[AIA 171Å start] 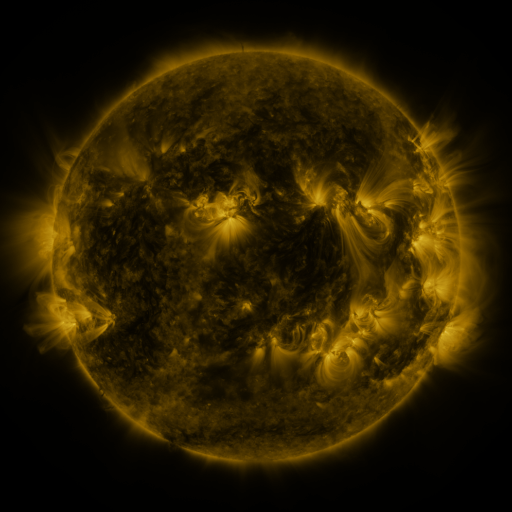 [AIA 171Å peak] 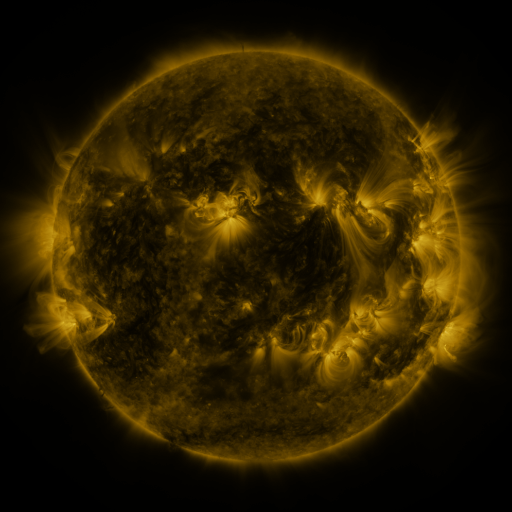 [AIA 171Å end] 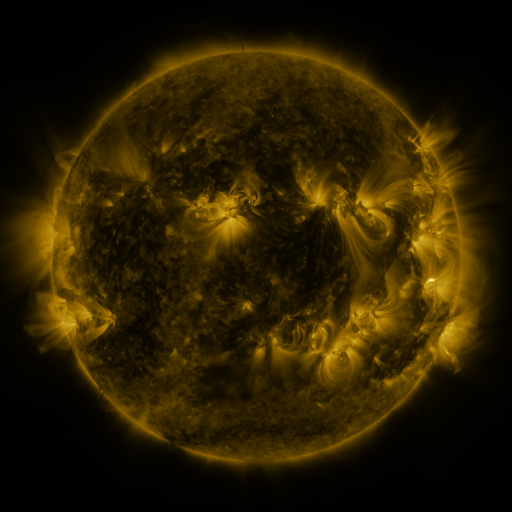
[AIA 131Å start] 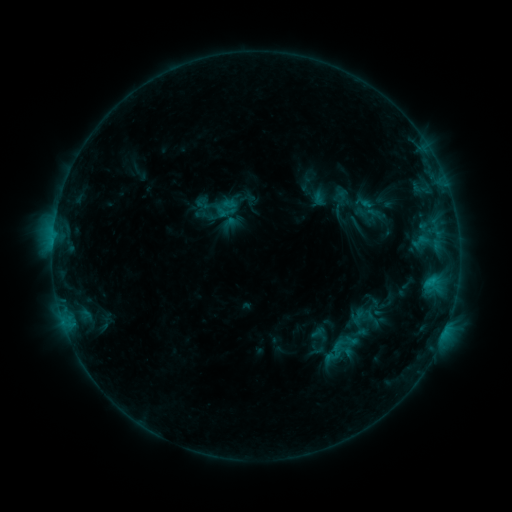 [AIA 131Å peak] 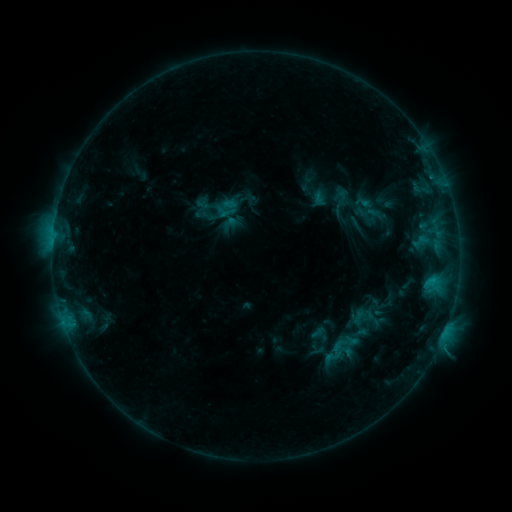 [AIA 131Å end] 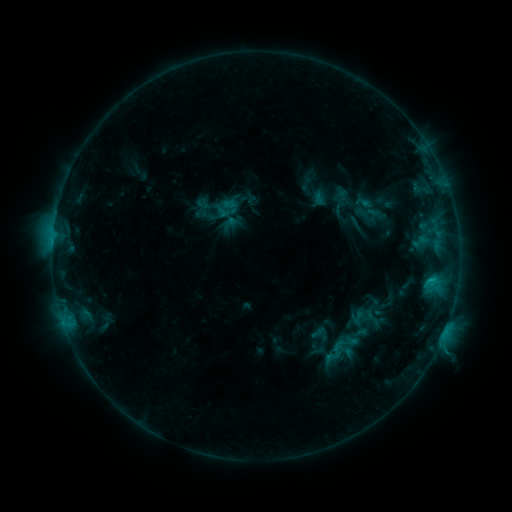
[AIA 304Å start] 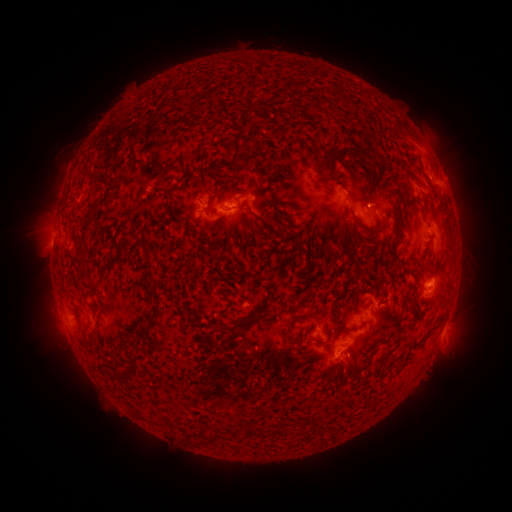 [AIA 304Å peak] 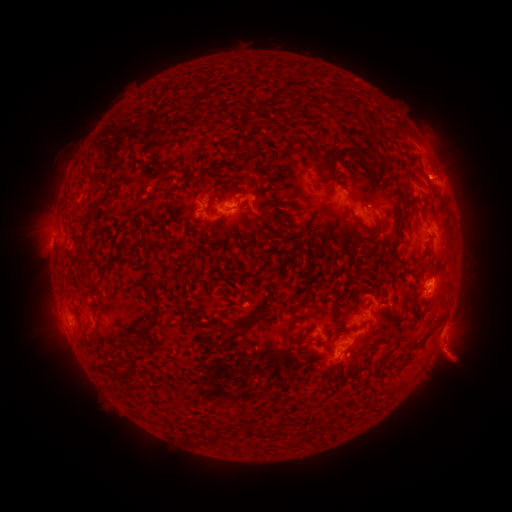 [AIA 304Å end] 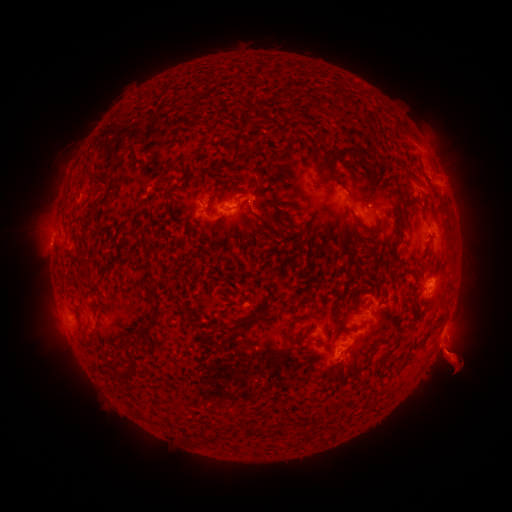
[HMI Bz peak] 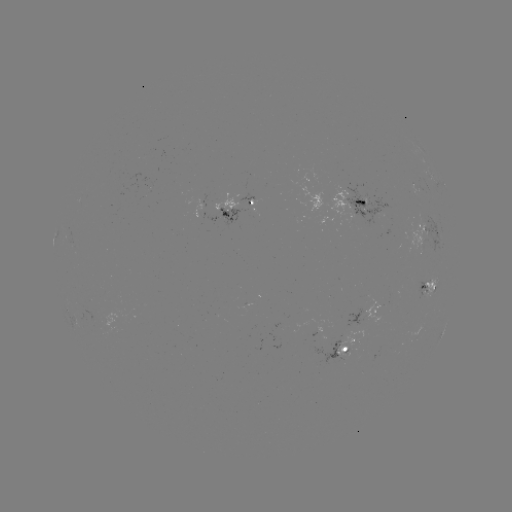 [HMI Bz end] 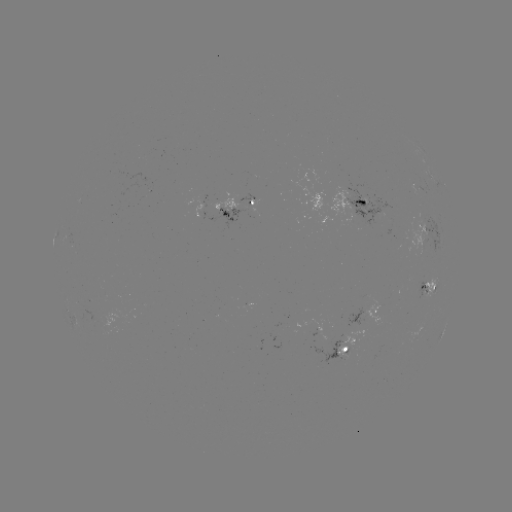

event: eruption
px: (458, 360)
